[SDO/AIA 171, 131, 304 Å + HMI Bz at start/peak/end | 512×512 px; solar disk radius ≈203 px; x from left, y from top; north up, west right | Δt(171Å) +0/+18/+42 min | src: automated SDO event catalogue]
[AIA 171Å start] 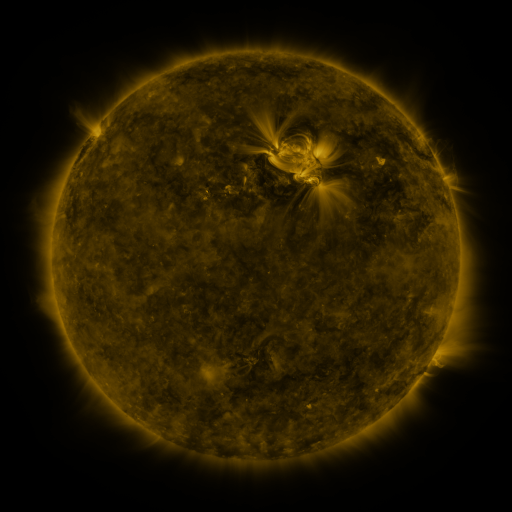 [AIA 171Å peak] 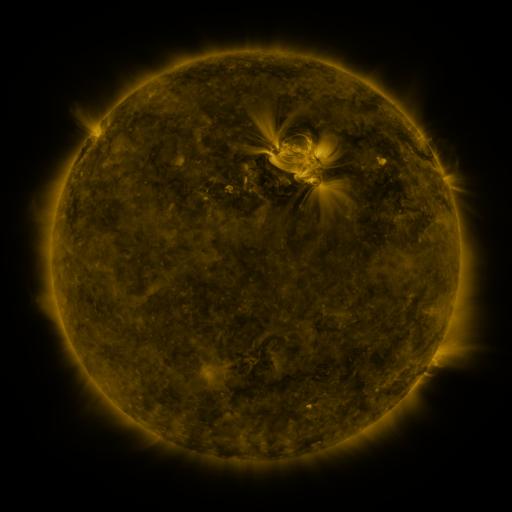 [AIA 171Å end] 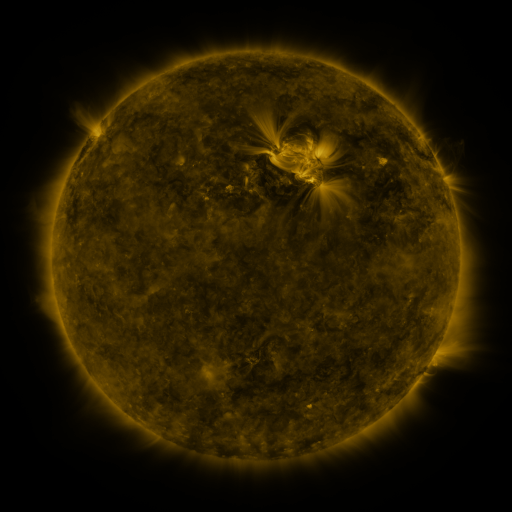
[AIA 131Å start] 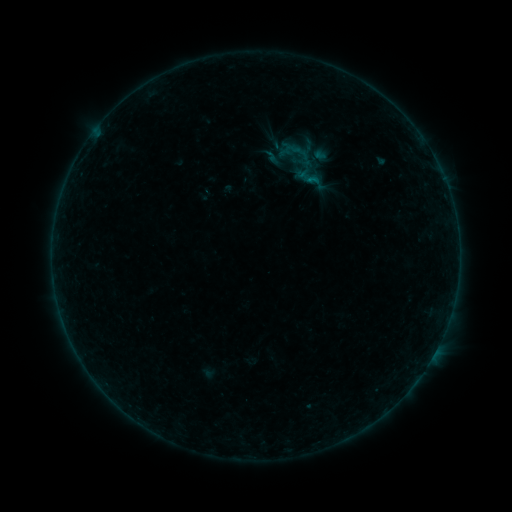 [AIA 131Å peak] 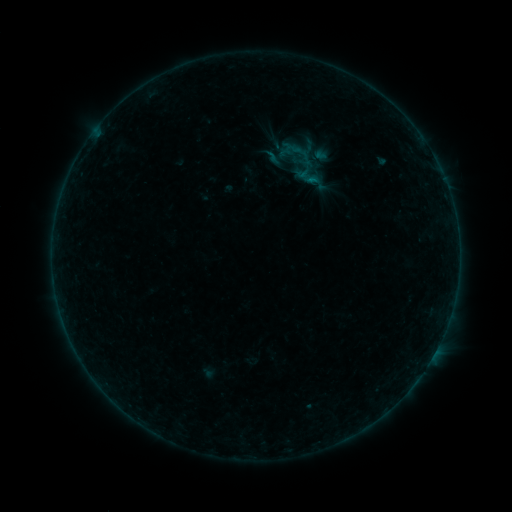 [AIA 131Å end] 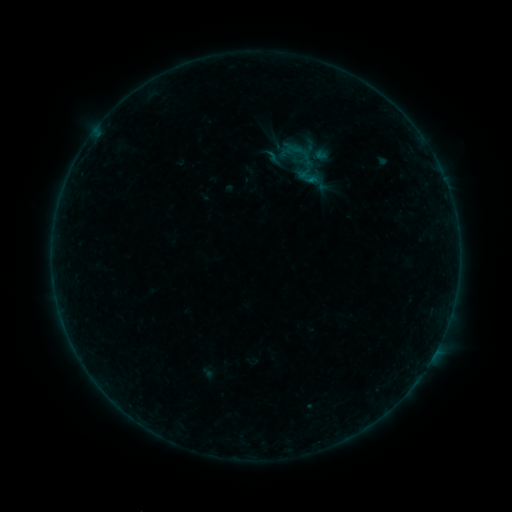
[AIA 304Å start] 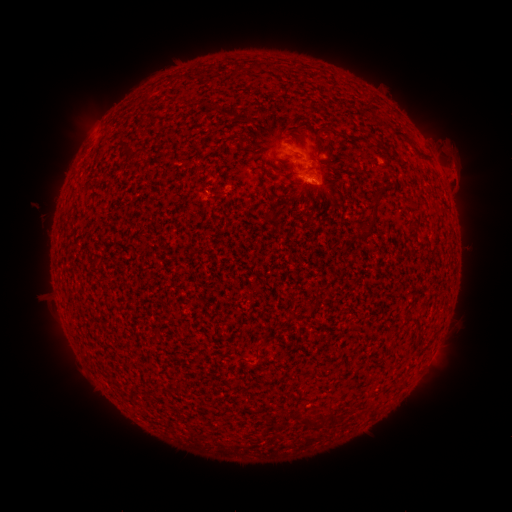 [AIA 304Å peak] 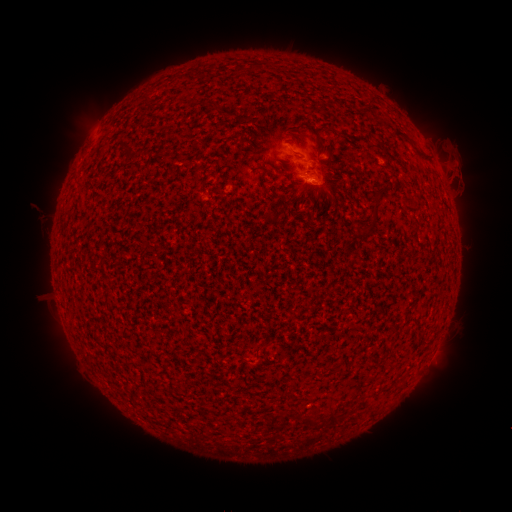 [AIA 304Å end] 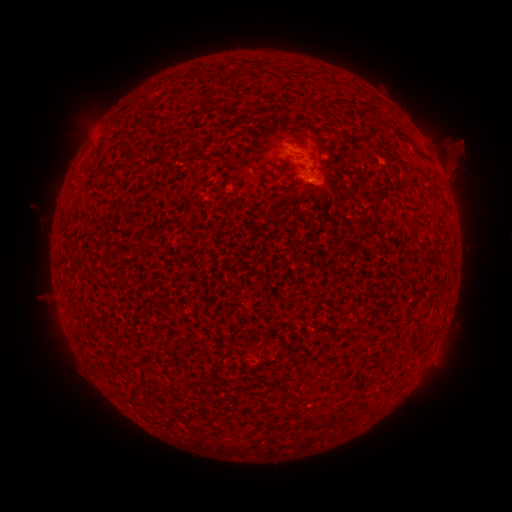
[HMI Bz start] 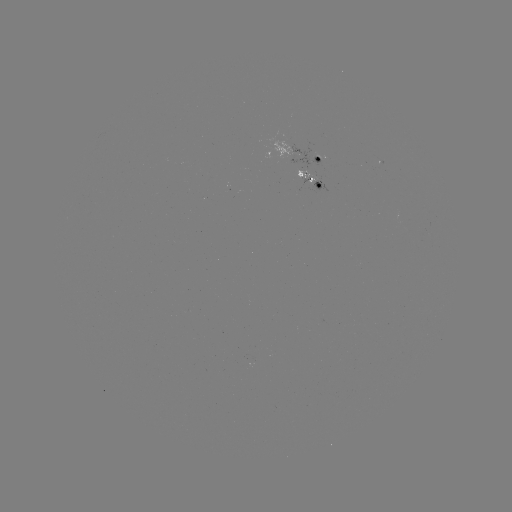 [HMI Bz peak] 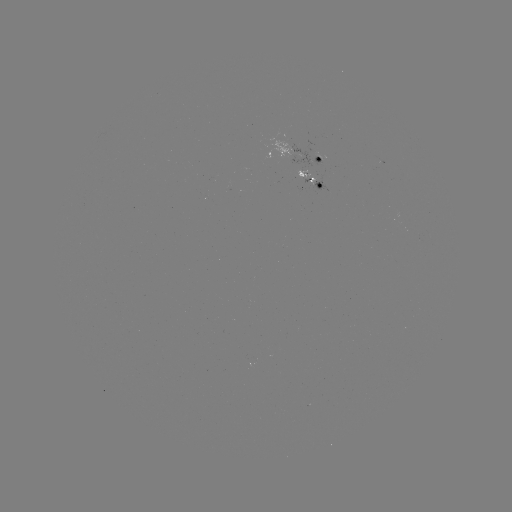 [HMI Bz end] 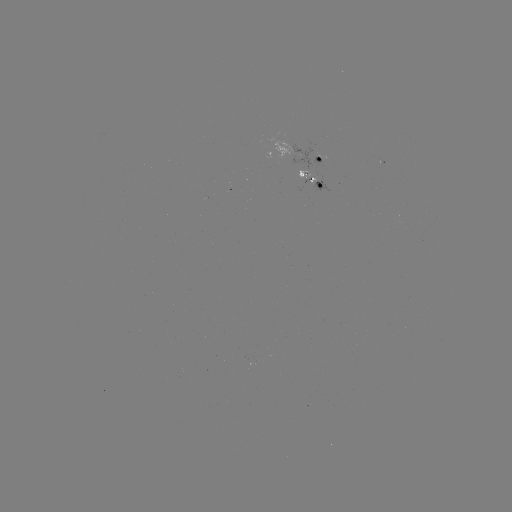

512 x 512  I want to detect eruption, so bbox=[433, 133, 486, 202].